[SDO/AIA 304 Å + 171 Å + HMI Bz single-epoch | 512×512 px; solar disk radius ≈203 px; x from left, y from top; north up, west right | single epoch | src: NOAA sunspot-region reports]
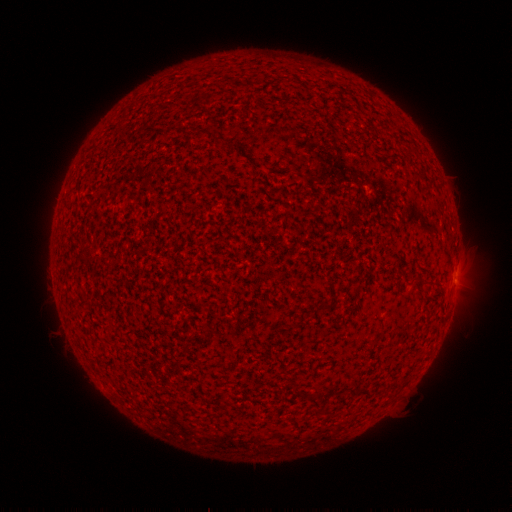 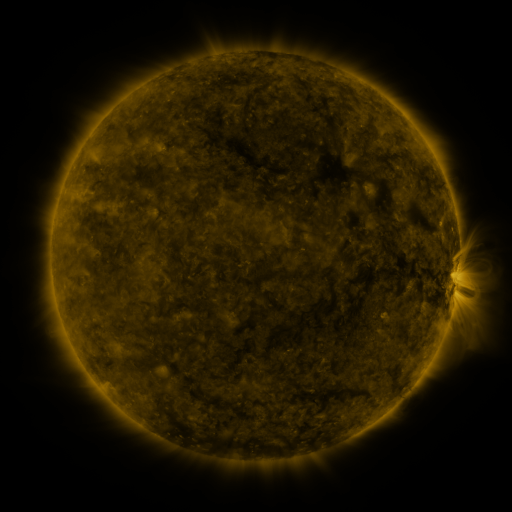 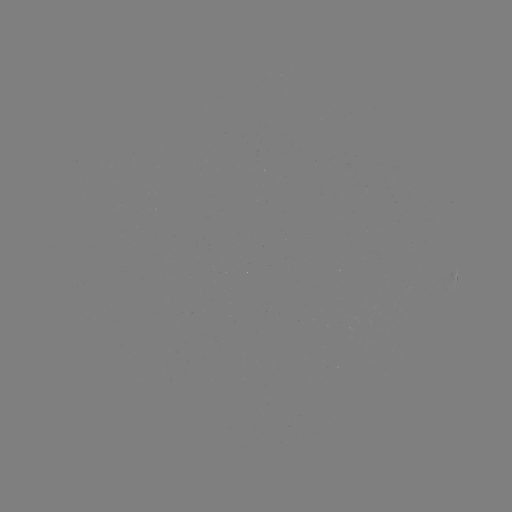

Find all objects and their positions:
spotted active region: (455, 280)
